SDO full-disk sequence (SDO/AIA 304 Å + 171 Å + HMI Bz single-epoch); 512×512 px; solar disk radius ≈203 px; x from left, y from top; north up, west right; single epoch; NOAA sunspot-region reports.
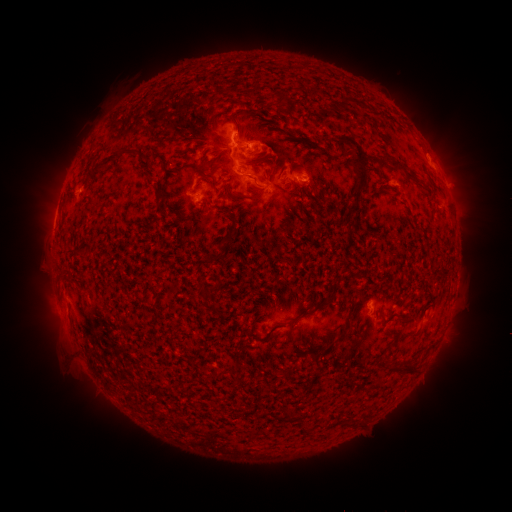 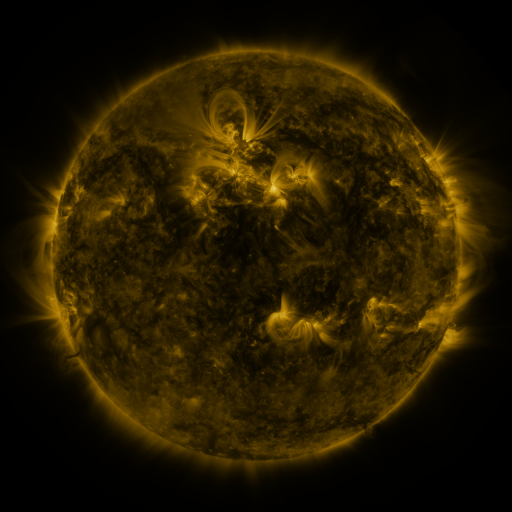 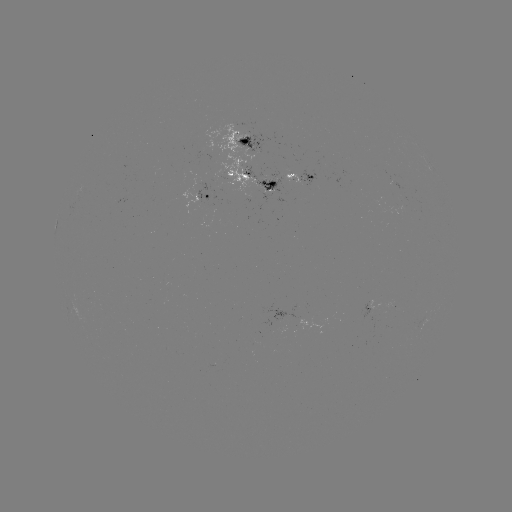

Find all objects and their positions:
spotted active region: (246, 144)
spotted active region: (299, 179)
spotted active region: (256, 182)
spotted active region: (210, 199)
